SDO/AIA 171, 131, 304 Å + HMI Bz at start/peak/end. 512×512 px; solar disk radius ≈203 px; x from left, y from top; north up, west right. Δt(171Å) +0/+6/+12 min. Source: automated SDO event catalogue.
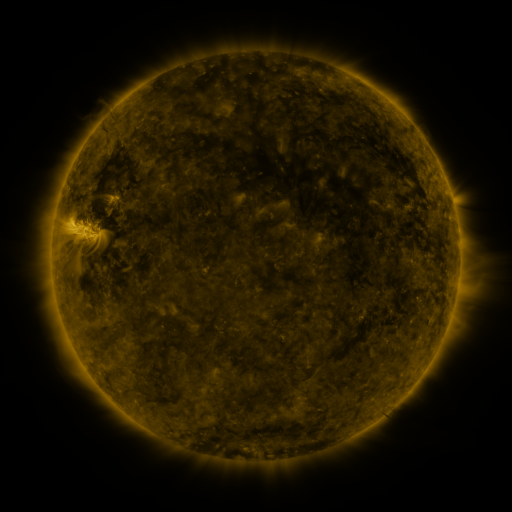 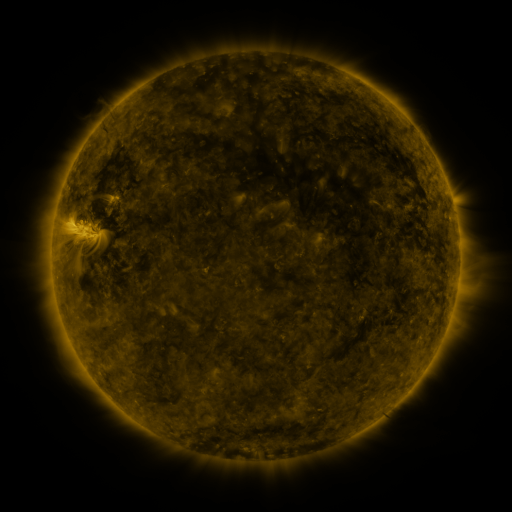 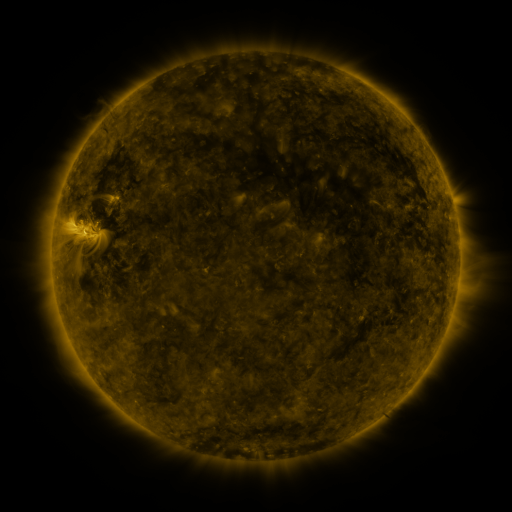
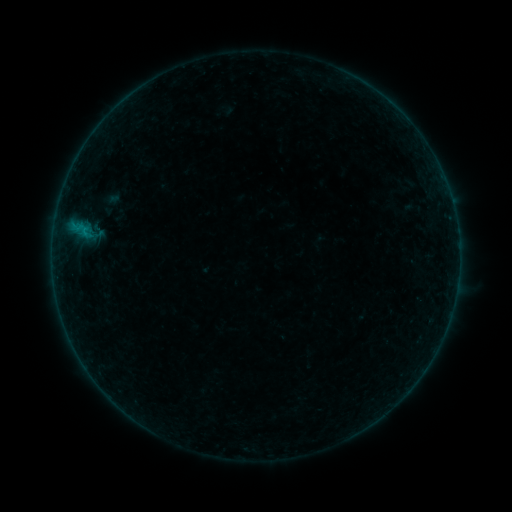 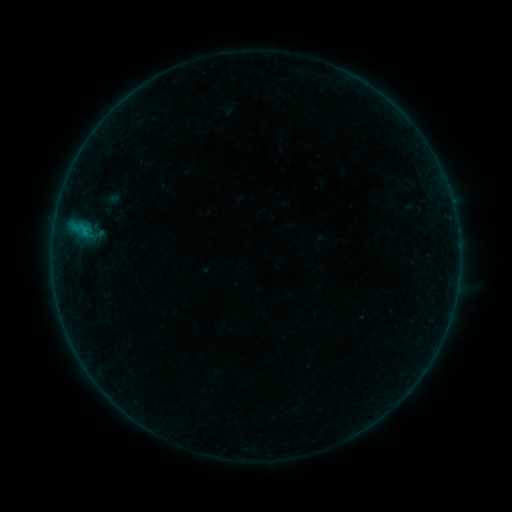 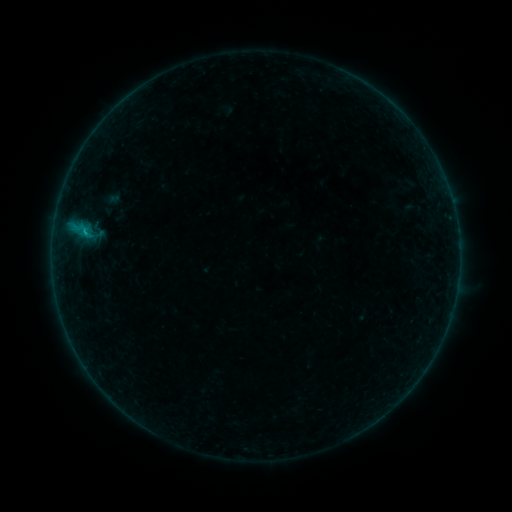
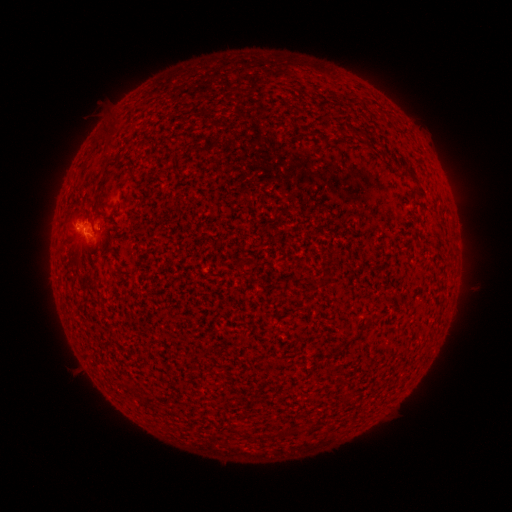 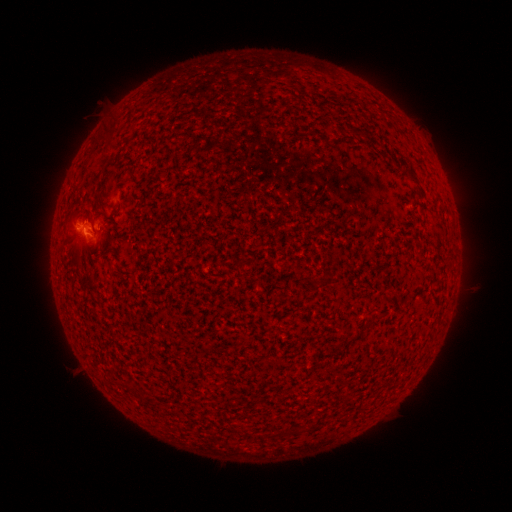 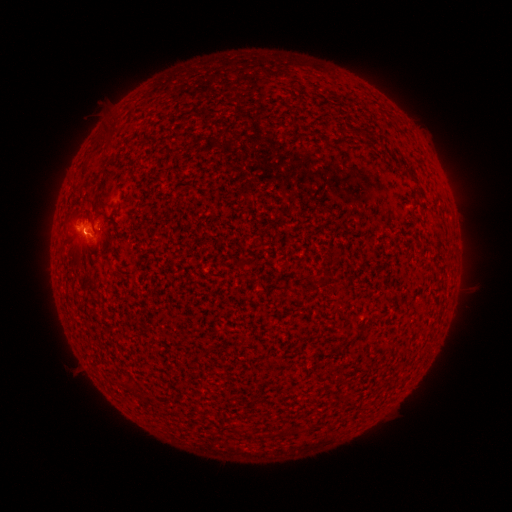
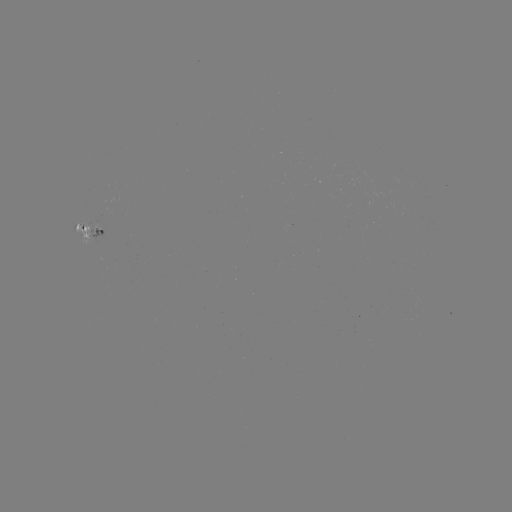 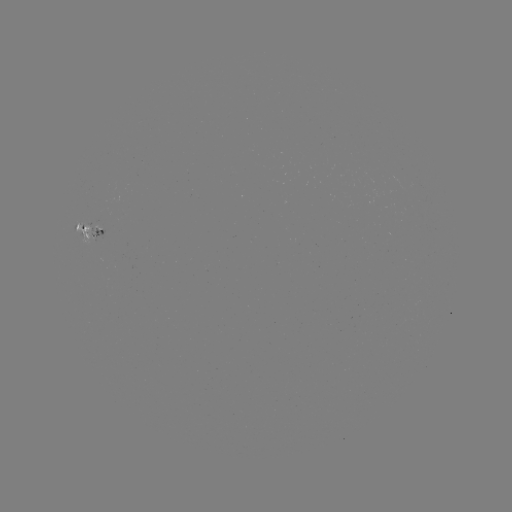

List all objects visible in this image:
B3.6 flare: (85, 233)
